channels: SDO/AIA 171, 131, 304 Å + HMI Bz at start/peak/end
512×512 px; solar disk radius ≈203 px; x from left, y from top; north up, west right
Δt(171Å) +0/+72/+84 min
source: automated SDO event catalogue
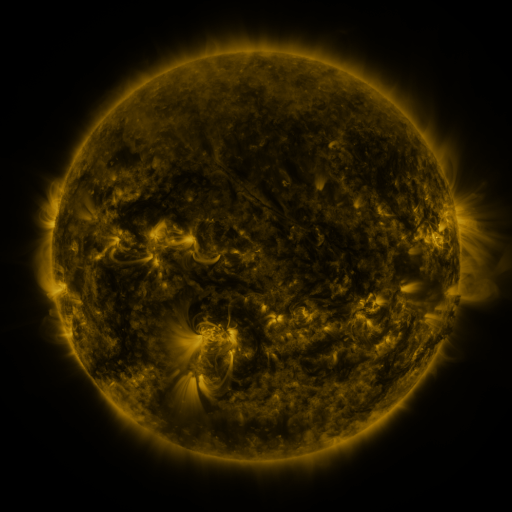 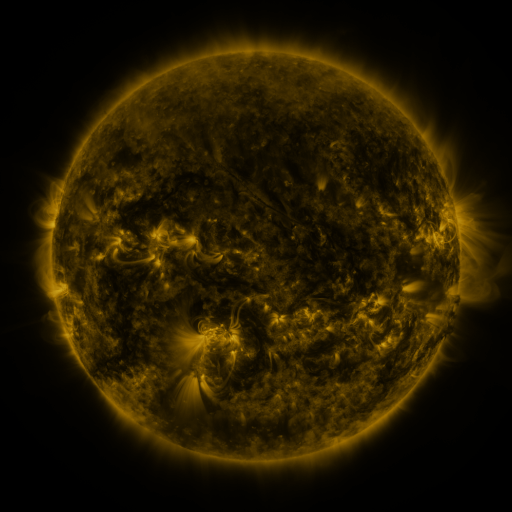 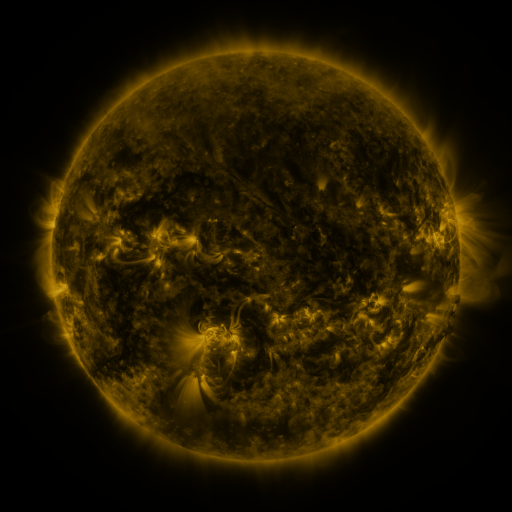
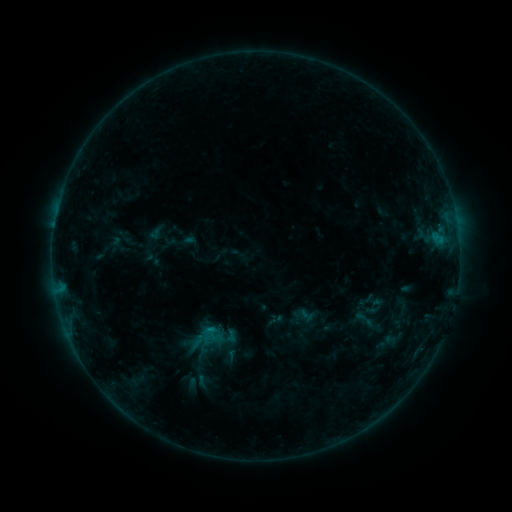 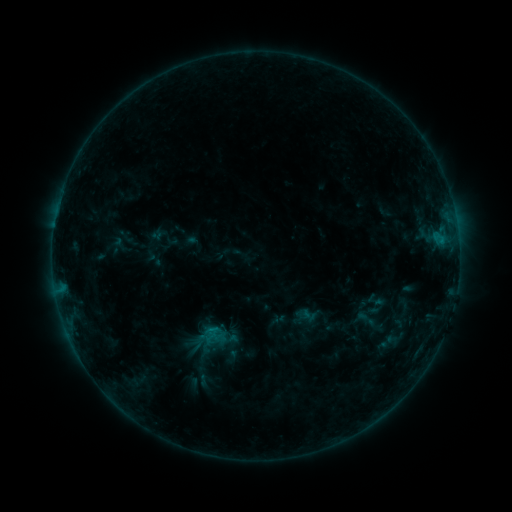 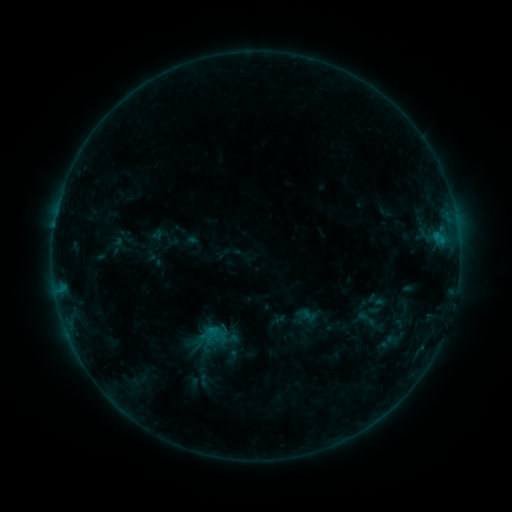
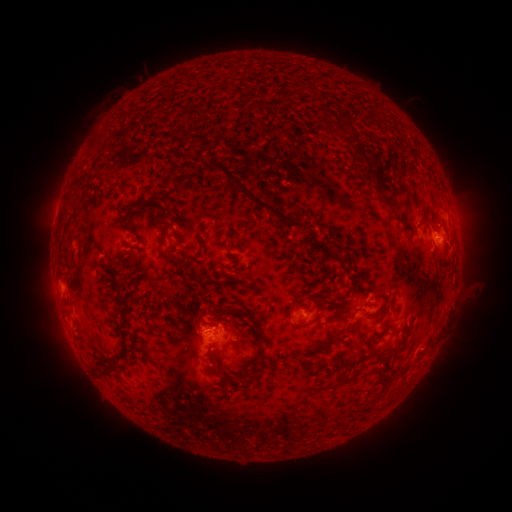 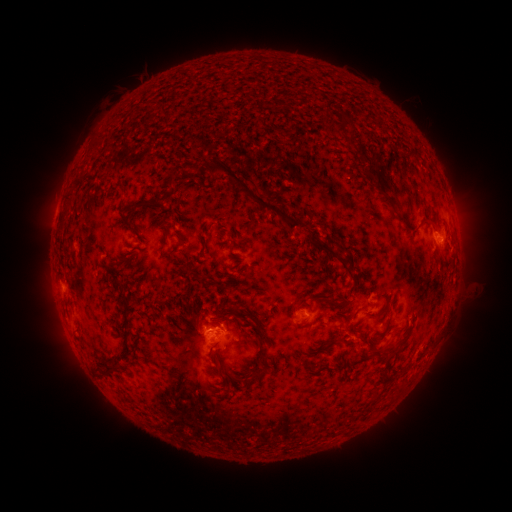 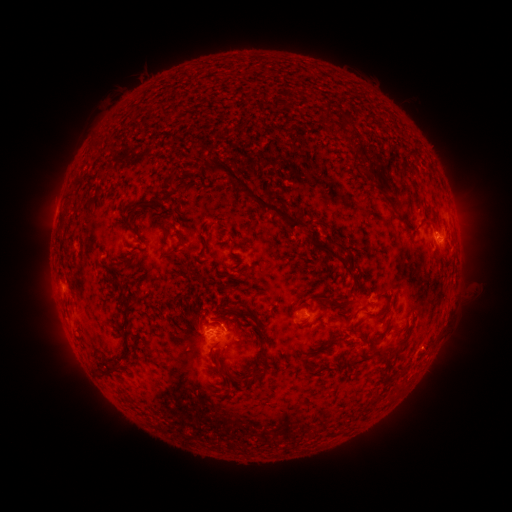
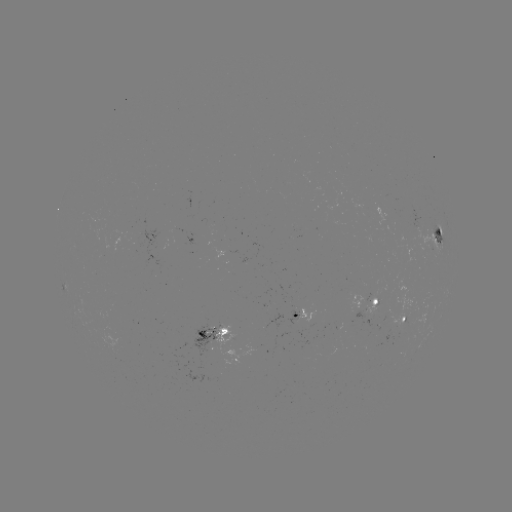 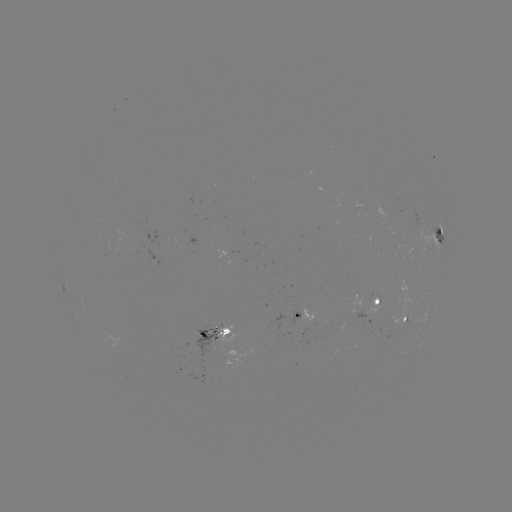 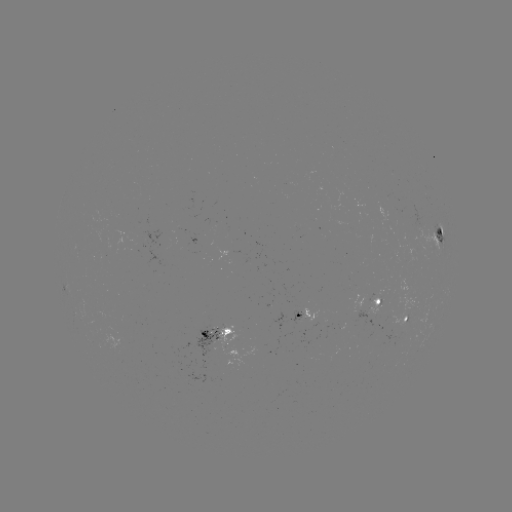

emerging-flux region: (407, 206, 427, 228)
